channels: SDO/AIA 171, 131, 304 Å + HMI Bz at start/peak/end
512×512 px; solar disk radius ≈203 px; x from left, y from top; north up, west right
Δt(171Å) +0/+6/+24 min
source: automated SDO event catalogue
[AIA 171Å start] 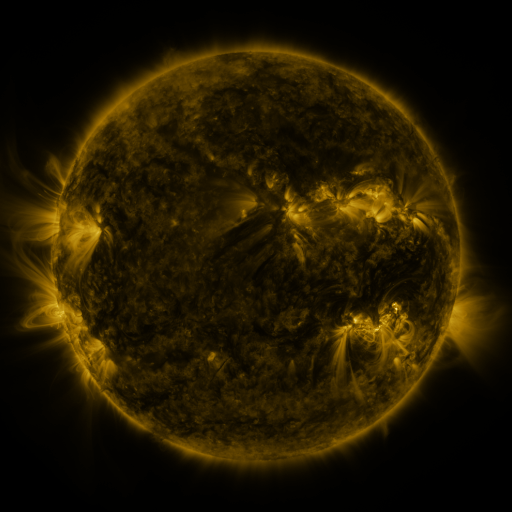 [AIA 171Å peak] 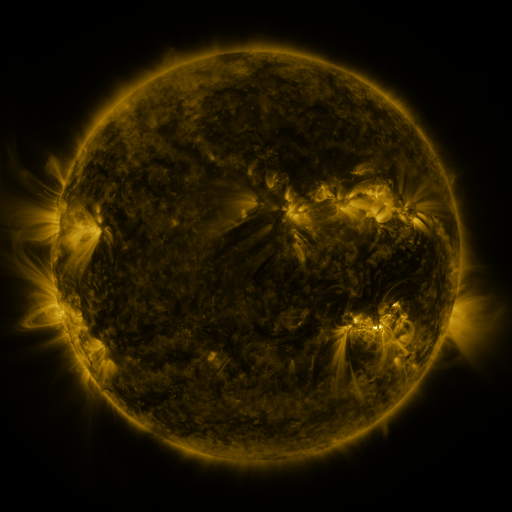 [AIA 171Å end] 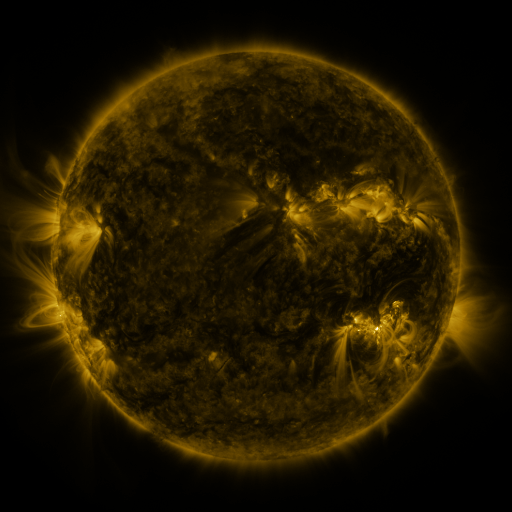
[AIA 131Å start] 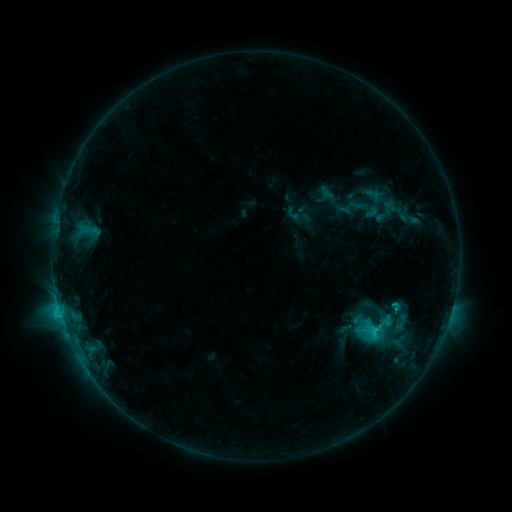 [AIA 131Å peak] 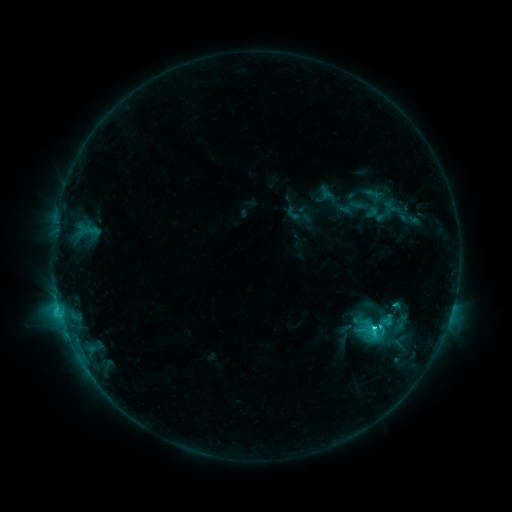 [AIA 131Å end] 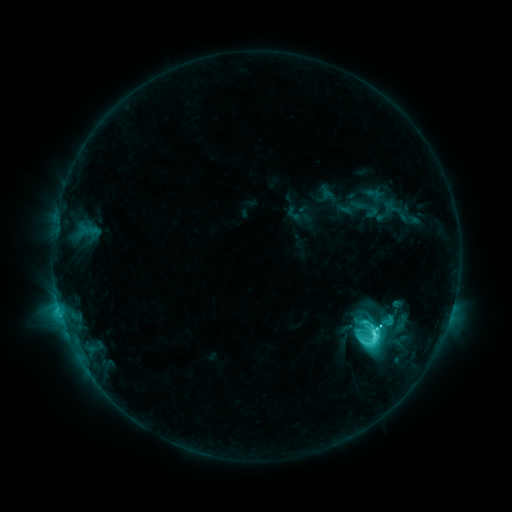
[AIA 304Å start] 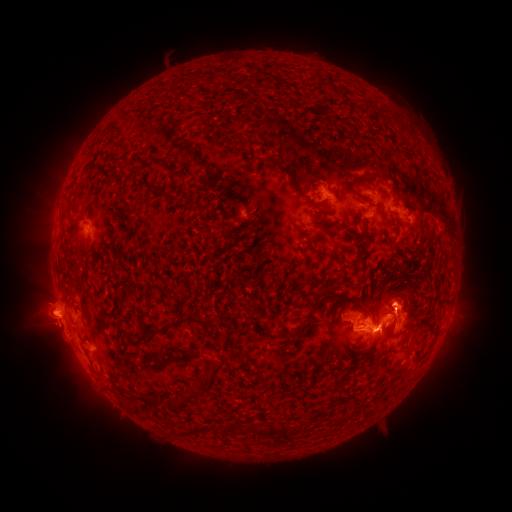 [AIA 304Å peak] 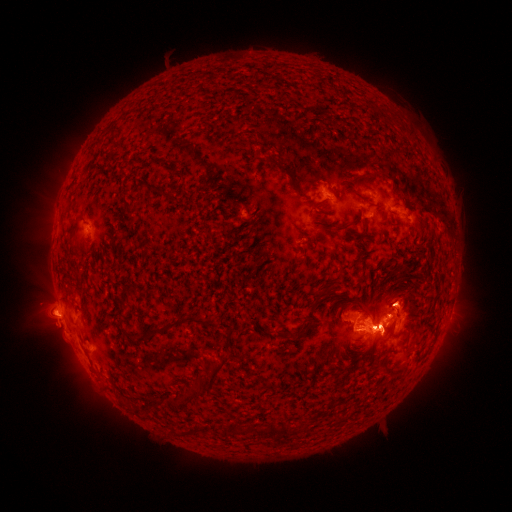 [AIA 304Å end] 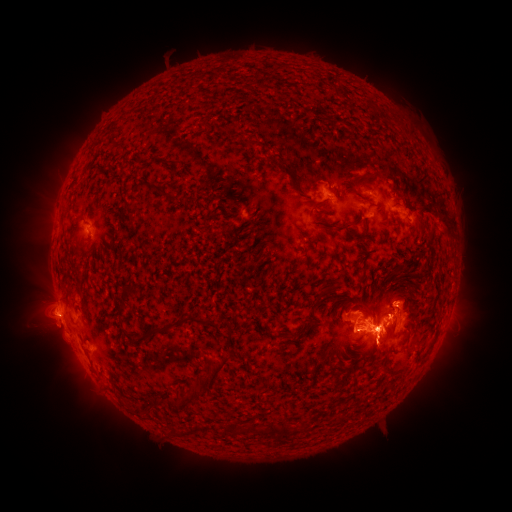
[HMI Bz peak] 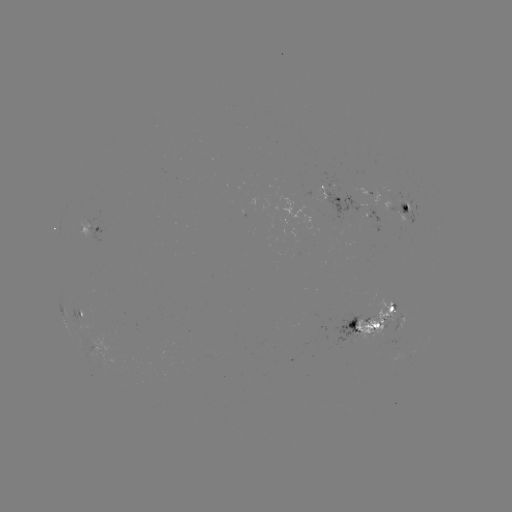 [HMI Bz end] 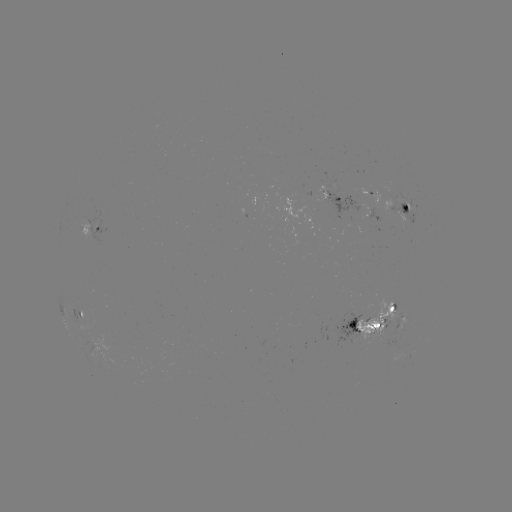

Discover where M1.6 flare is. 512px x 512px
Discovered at (372, 328).